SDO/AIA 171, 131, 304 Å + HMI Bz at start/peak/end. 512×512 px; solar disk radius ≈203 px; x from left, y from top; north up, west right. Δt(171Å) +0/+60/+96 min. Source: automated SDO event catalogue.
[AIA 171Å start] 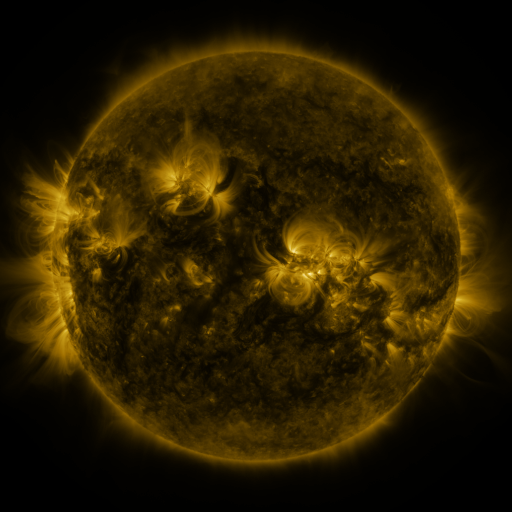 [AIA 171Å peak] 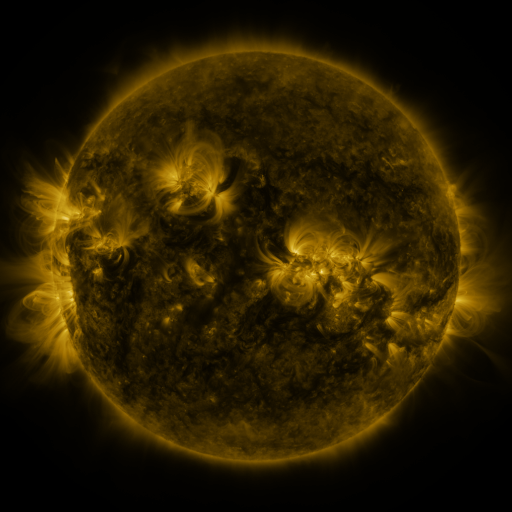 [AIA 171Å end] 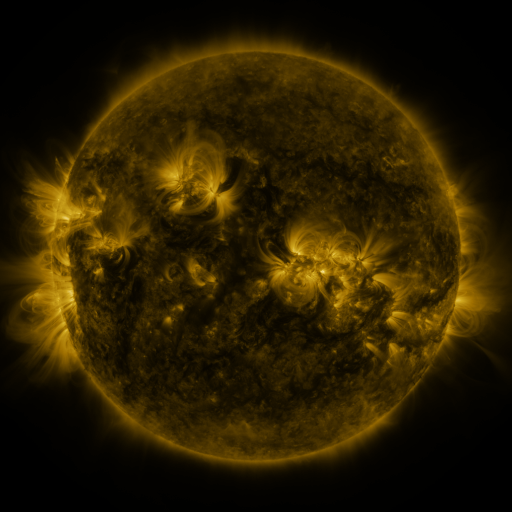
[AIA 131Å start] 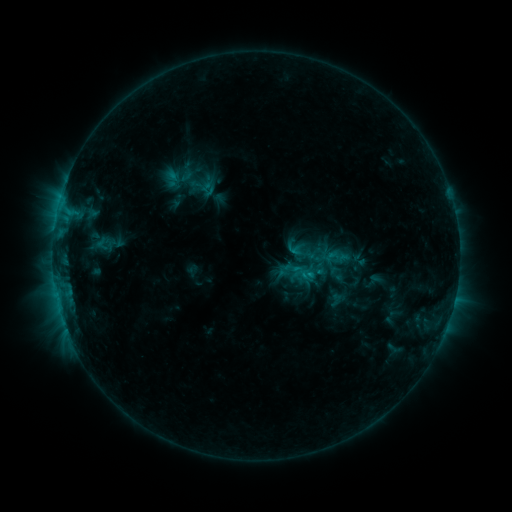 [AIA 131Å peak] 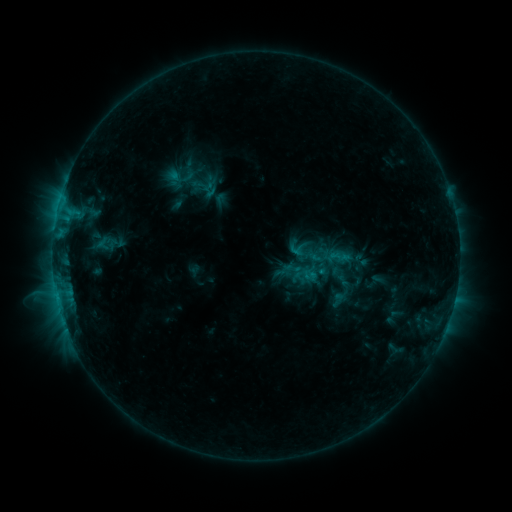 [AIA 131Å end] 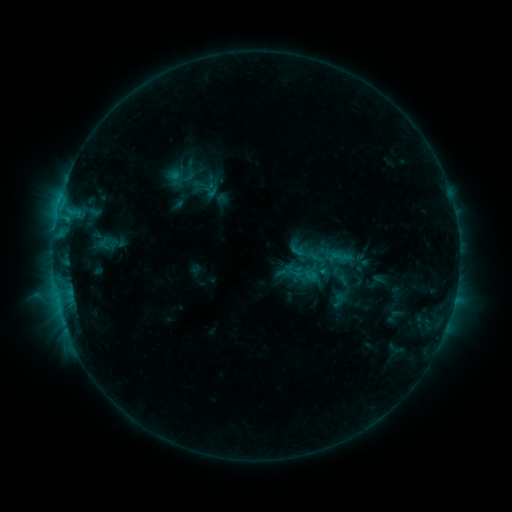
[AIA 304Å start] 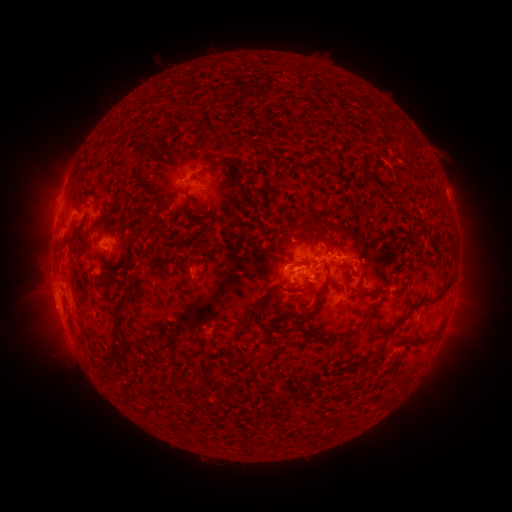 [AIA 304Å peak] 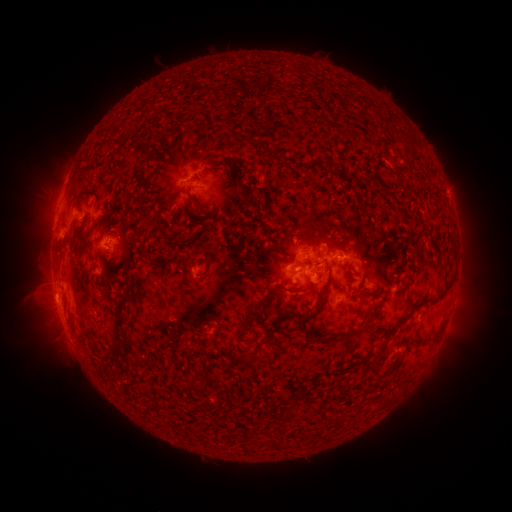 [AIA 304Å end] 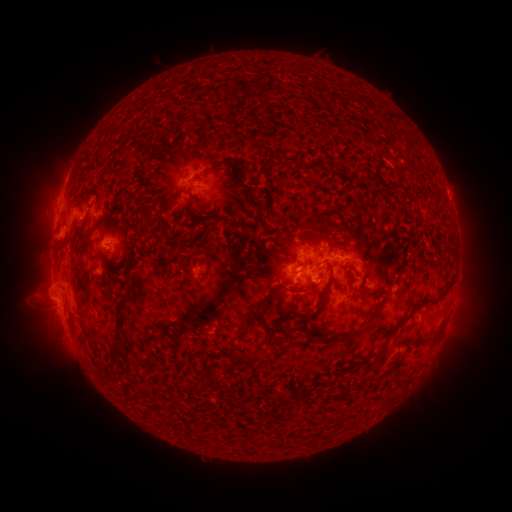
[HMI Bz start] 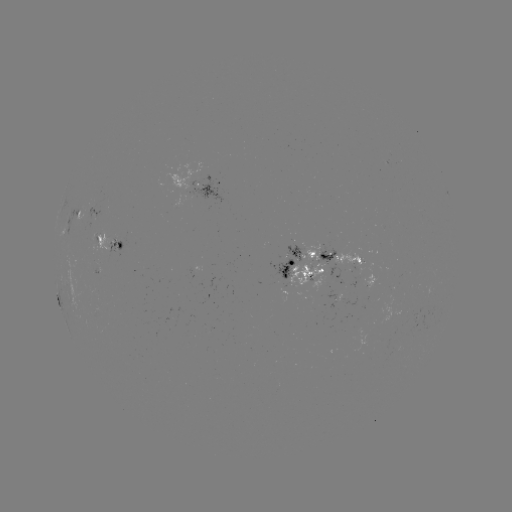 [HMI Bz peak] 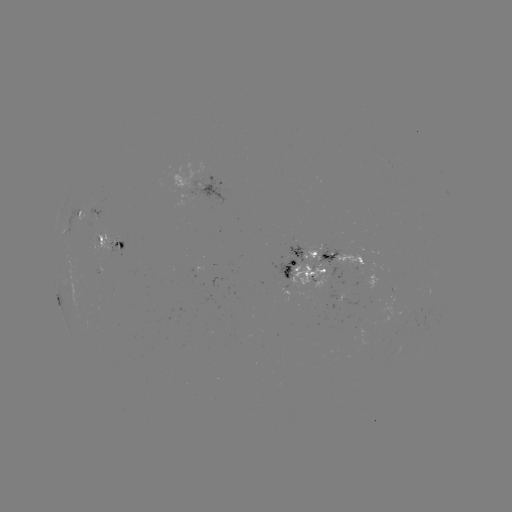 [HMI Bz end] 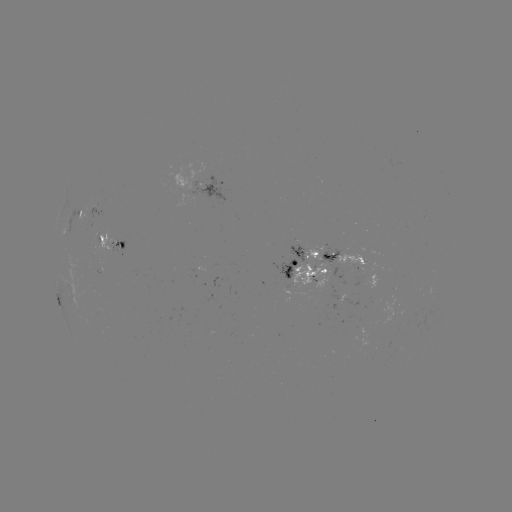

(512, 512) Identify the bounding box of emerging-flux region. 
[96, 239, 127, 271].